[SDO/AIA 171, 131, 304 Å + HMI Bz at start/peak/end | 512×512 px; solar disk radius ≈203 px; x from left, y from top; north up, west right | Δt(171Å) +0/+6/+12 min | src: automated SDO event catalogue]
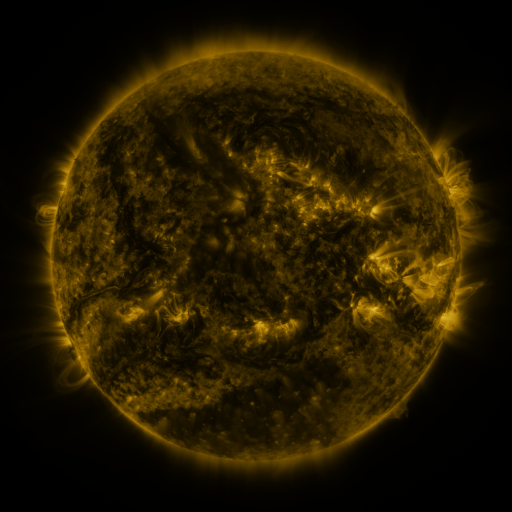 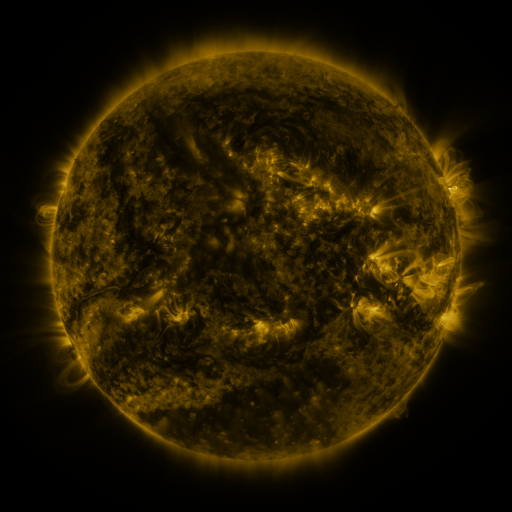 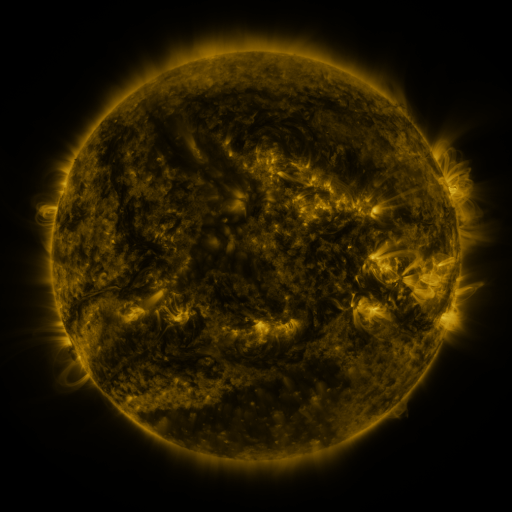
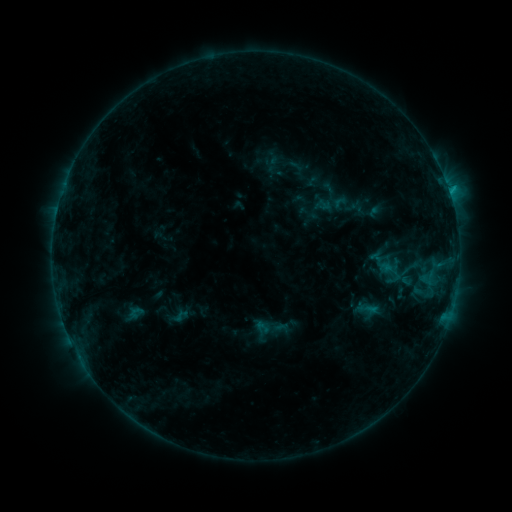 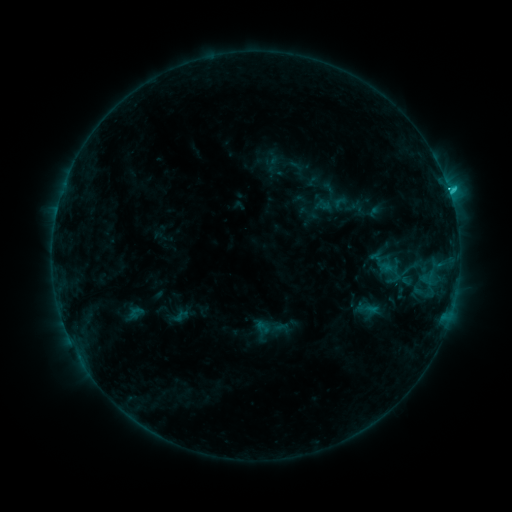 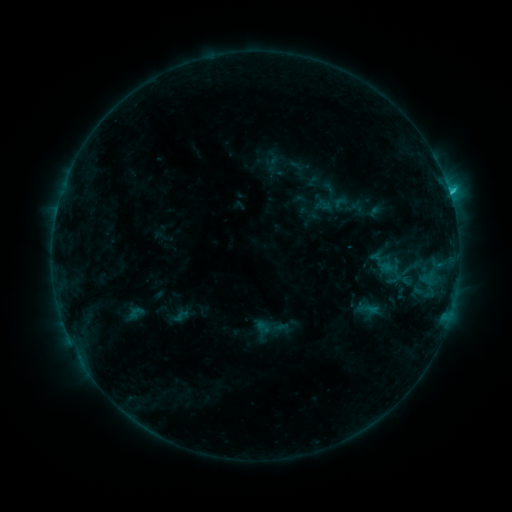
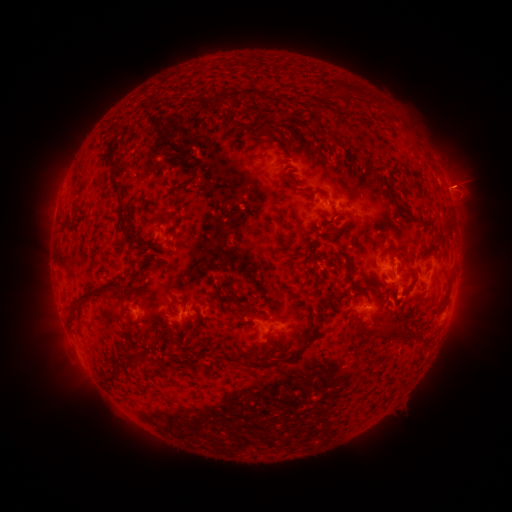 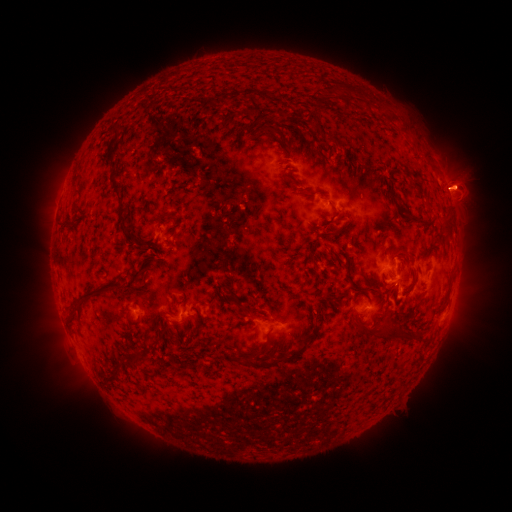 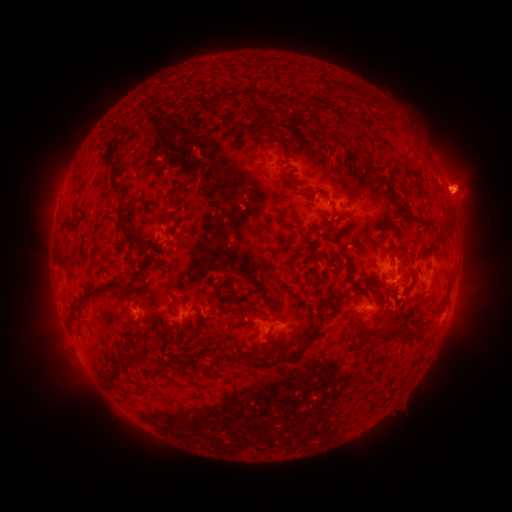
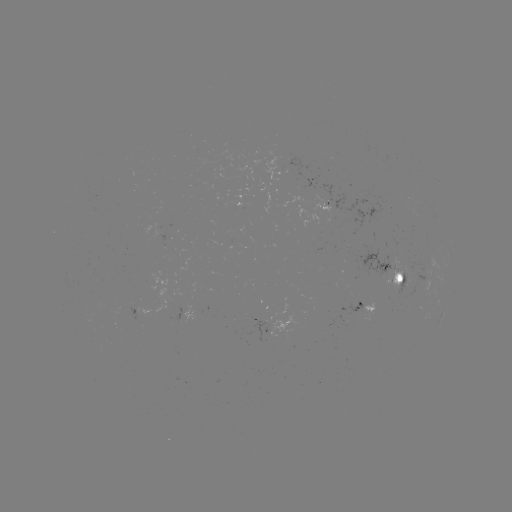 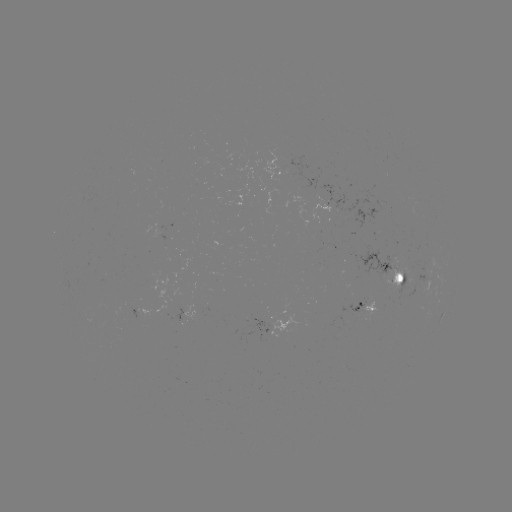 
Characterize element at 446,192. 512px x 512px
C2.4 flare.